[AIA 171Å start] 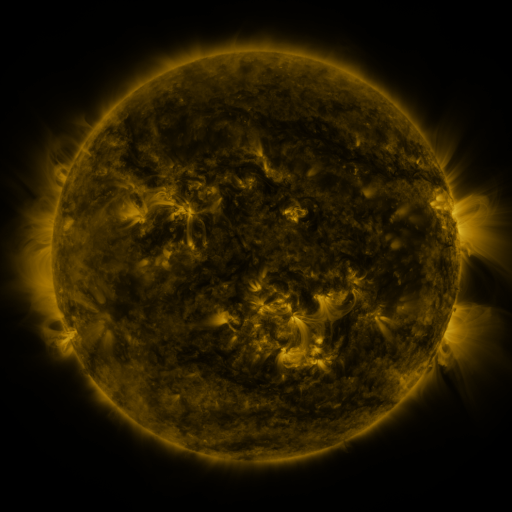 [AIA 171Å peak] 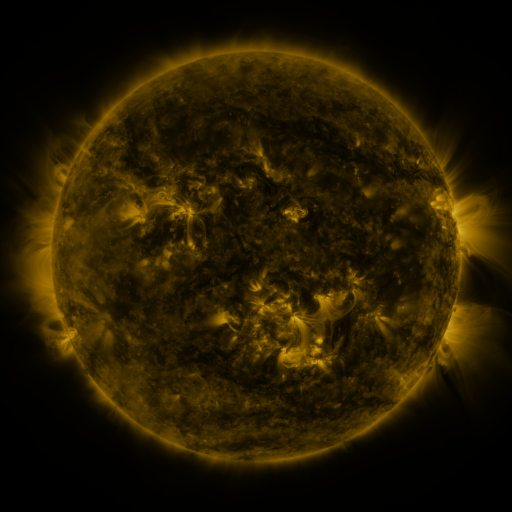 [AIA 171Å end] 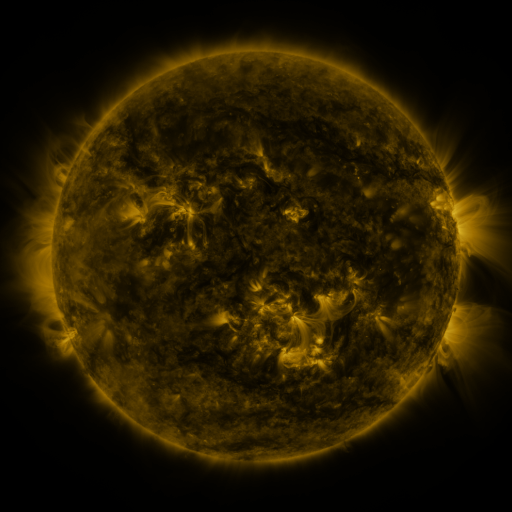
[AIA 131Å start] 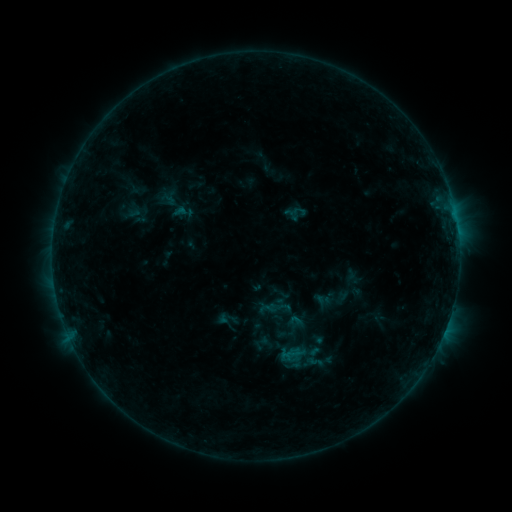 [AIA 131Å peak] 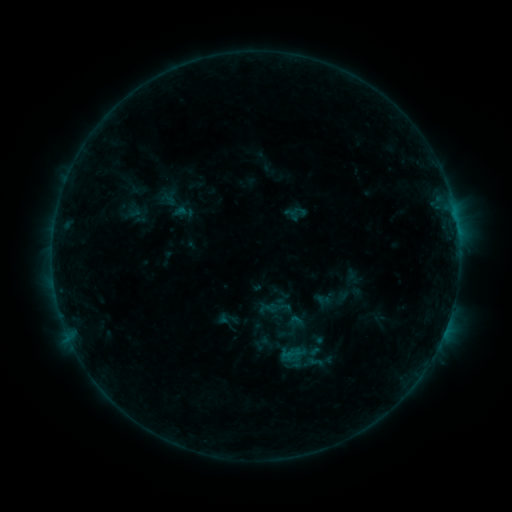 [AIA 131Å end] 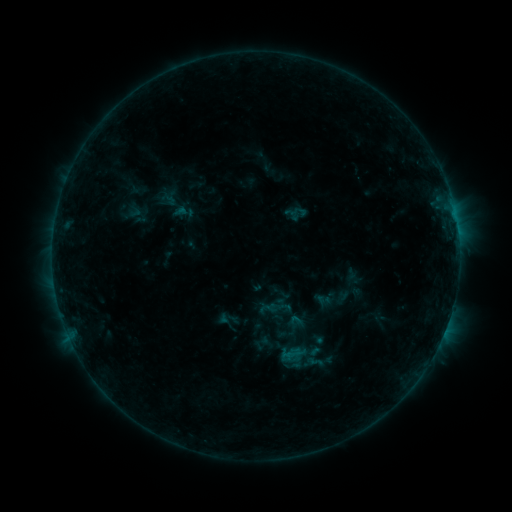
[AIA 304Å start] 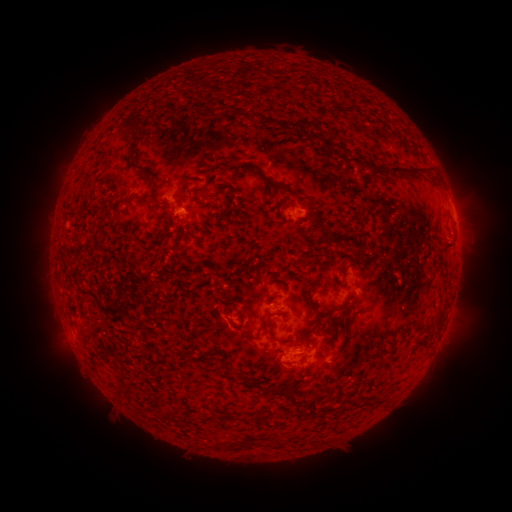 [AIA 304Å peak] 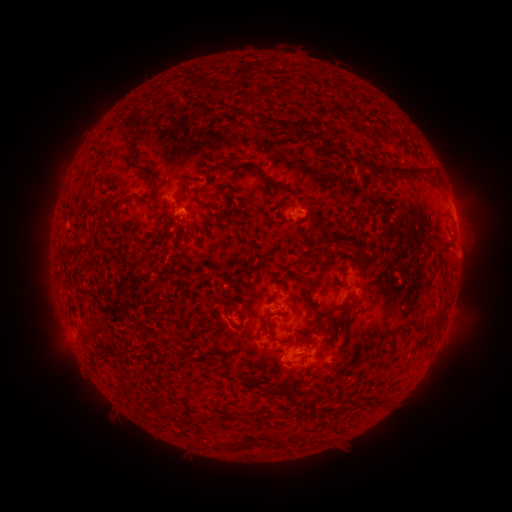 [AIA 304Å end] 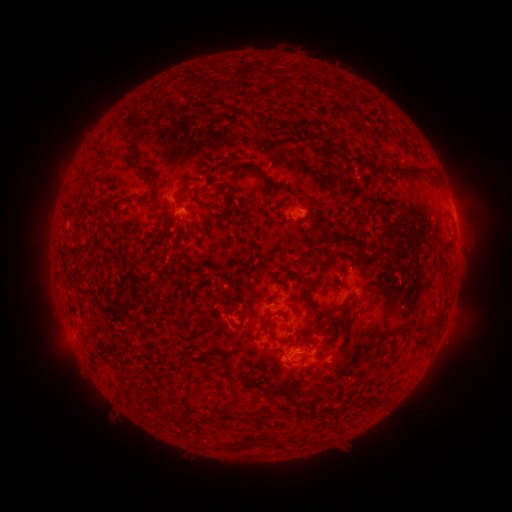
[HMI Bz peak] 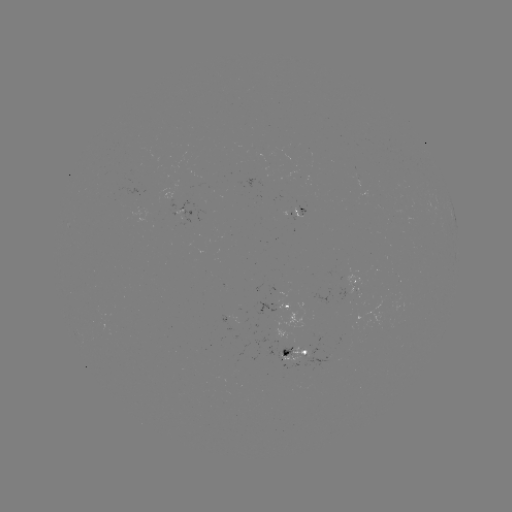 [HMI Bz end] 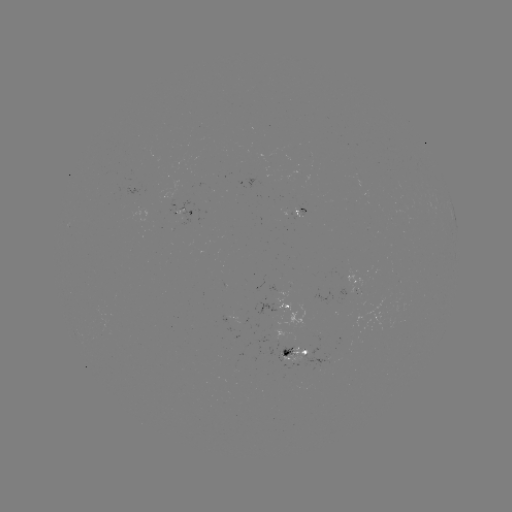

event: eruption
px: (462, 255)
